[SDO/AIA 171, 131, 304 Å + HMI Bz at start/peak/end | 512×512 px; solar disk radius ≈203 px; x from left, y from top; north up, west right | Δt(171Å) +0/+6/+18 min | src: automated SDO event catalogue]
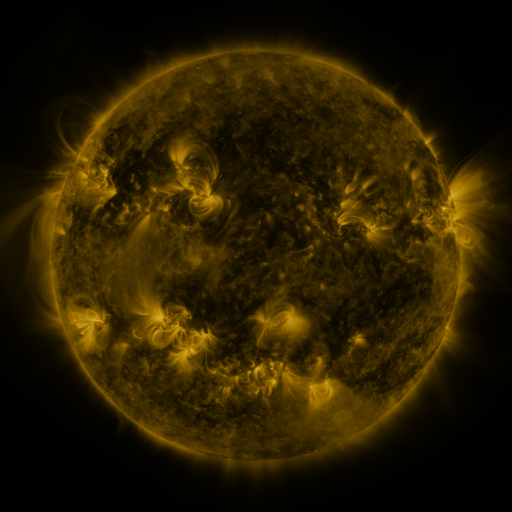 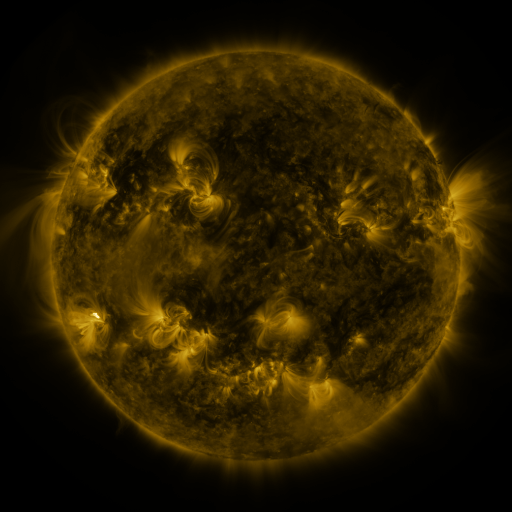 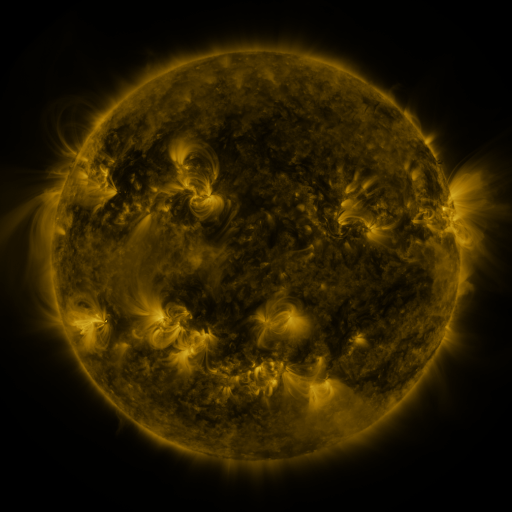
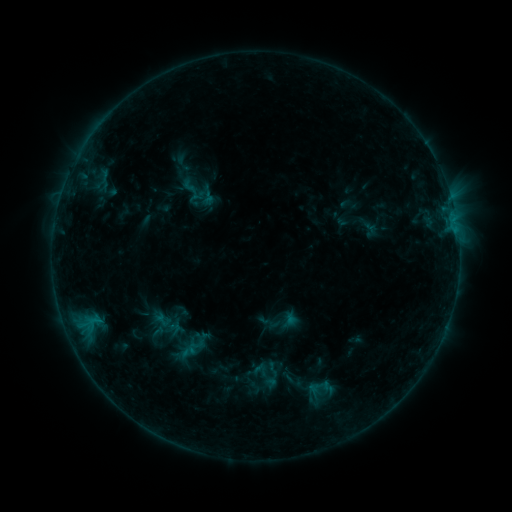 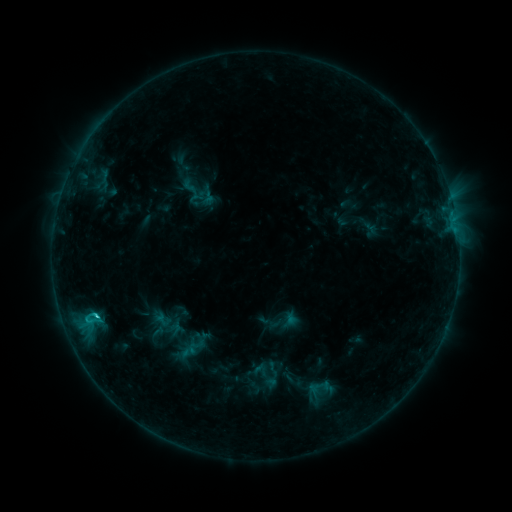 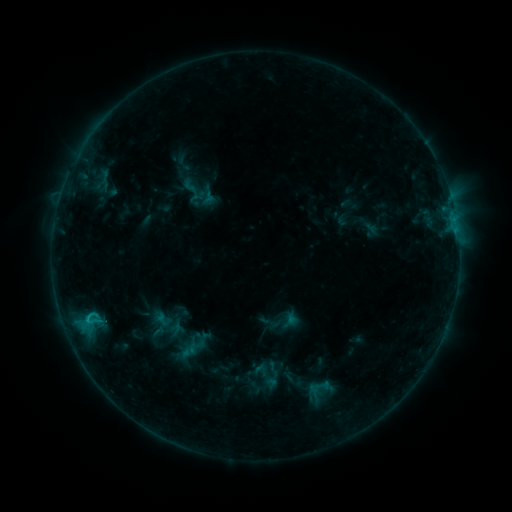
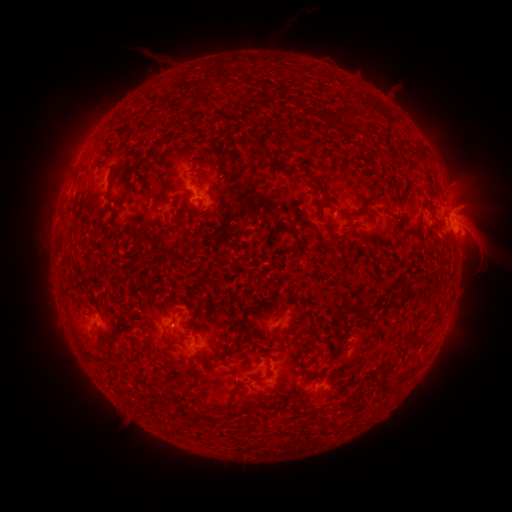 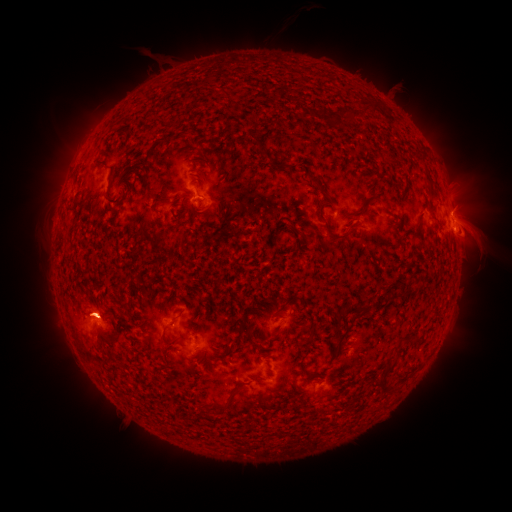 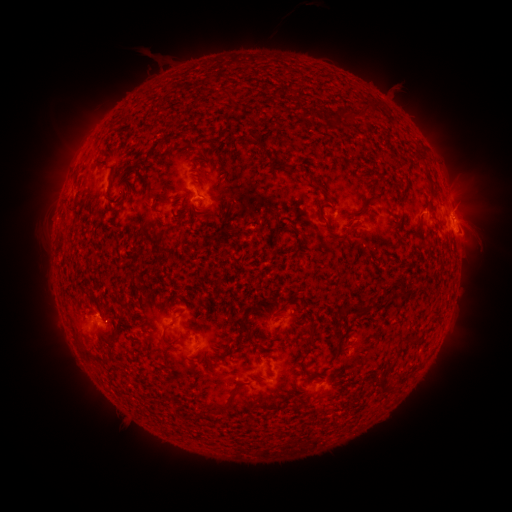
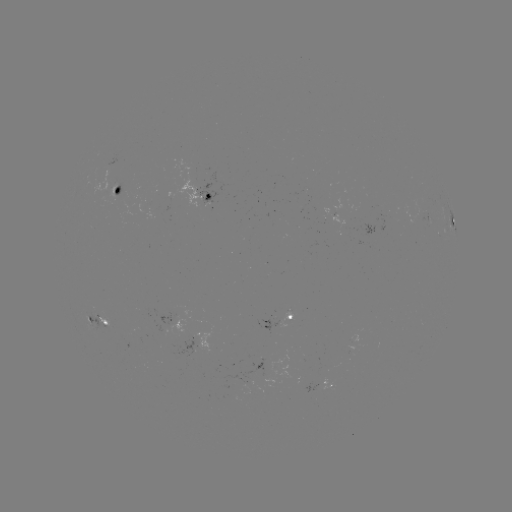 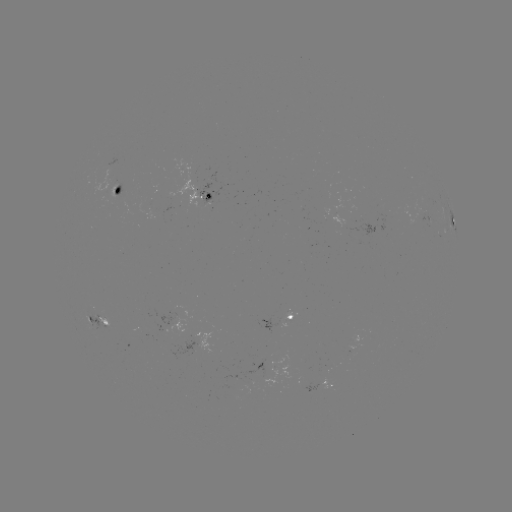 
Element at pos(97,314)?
C1.2 flare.